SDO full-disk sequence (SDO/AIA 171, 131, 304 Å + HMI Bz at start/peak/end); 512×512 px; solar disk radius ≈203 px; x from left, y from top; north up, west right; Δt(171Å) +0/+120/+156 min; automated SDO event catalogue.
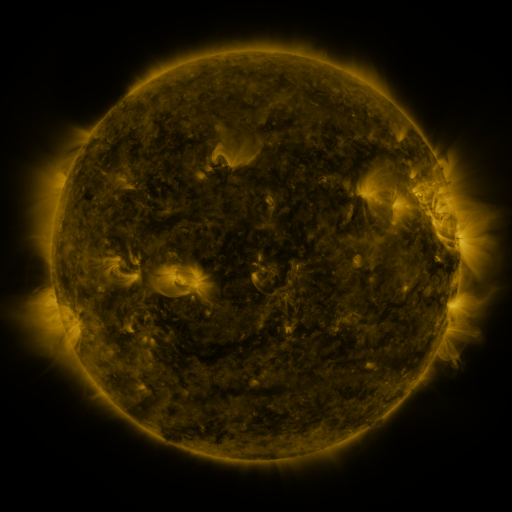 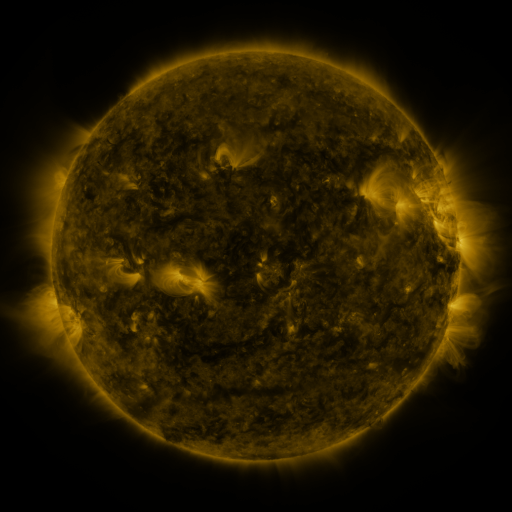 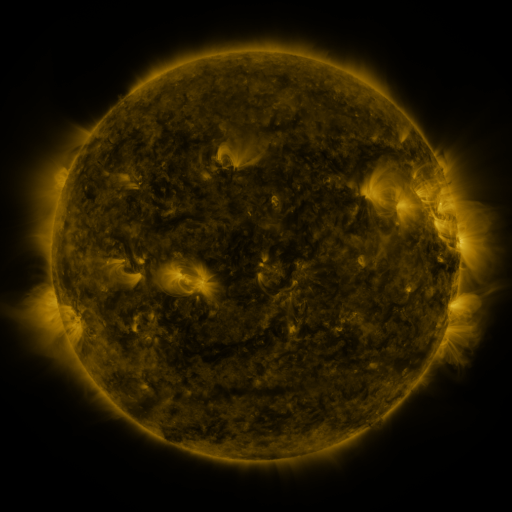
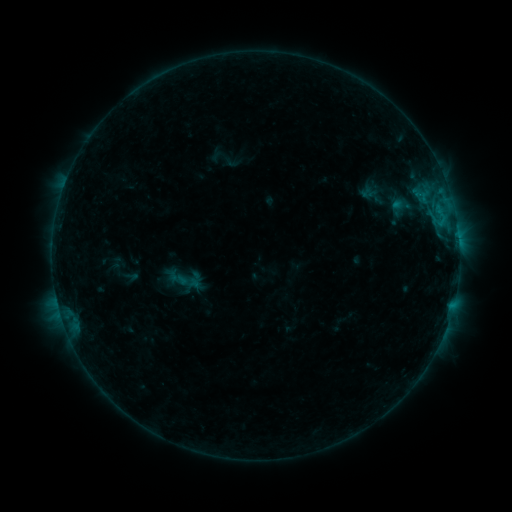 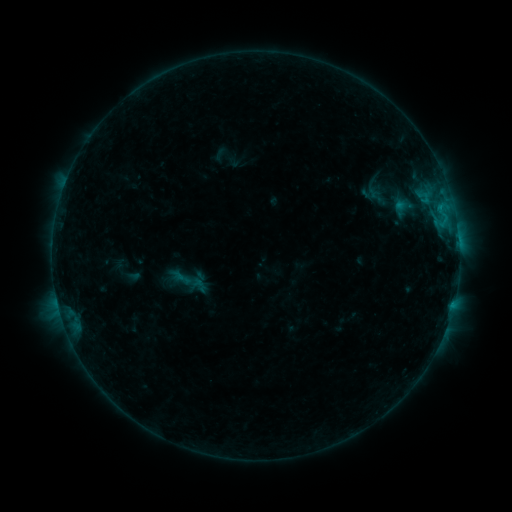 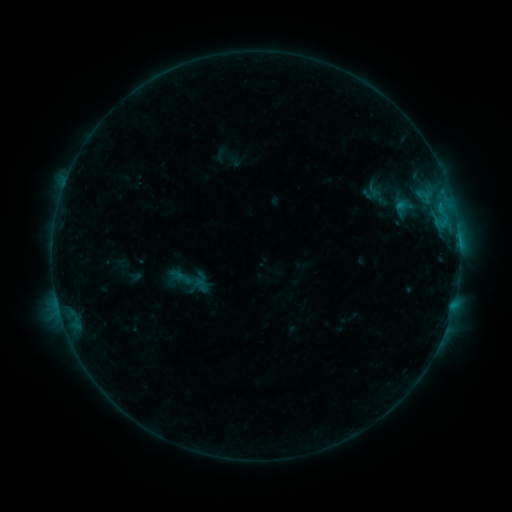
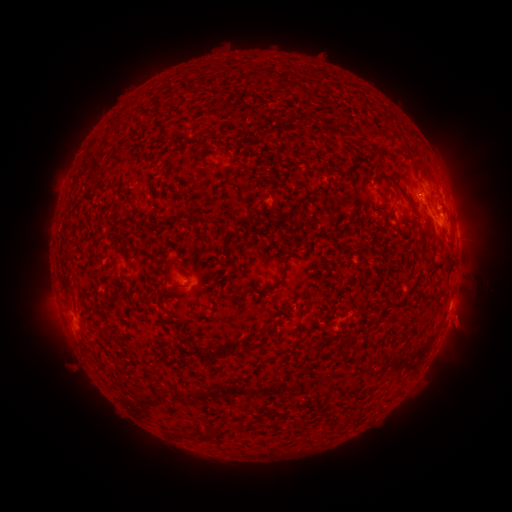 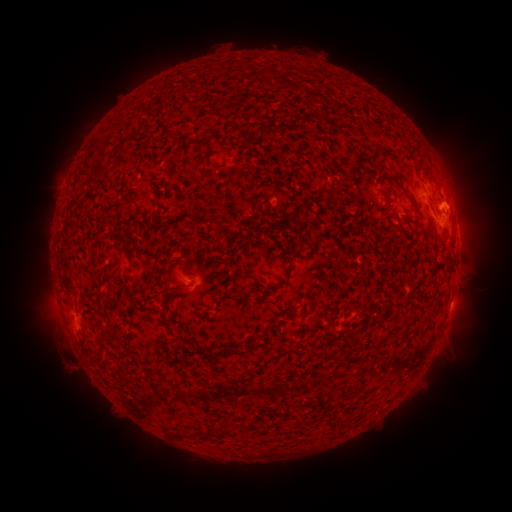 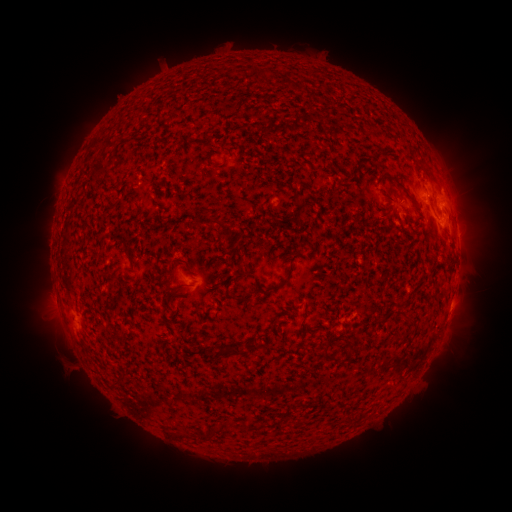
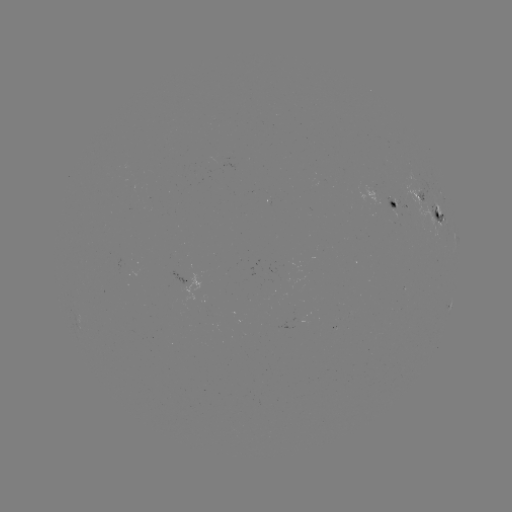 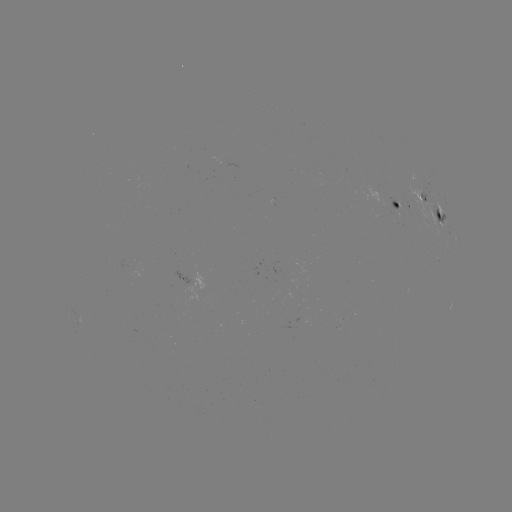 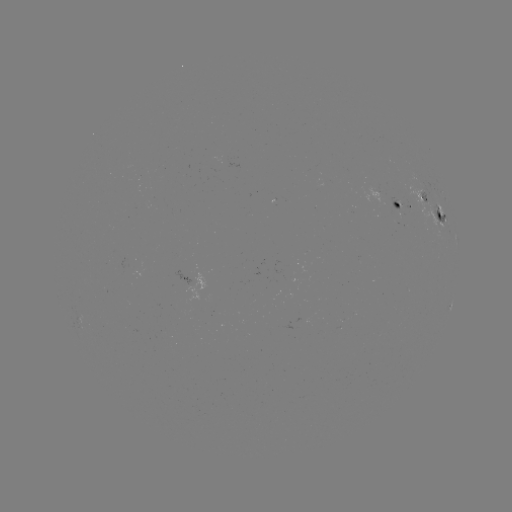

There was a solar emerging-flux region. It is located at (389, 204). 